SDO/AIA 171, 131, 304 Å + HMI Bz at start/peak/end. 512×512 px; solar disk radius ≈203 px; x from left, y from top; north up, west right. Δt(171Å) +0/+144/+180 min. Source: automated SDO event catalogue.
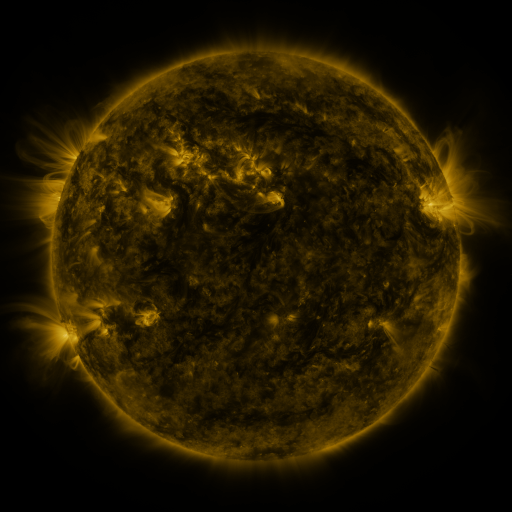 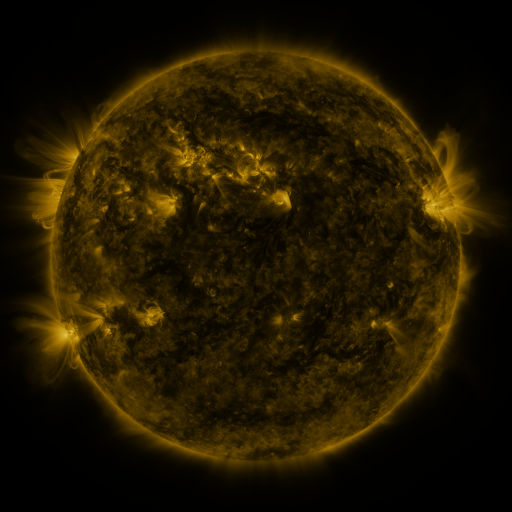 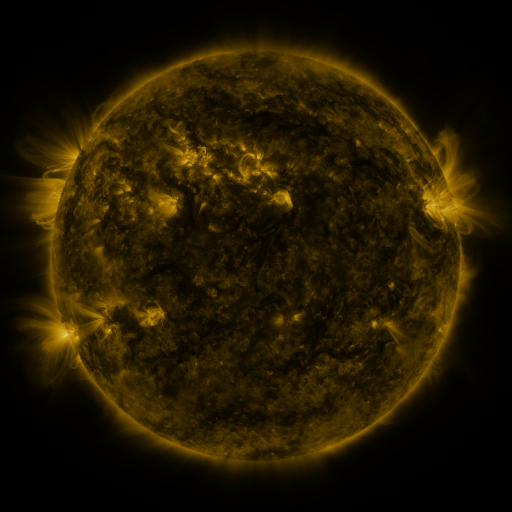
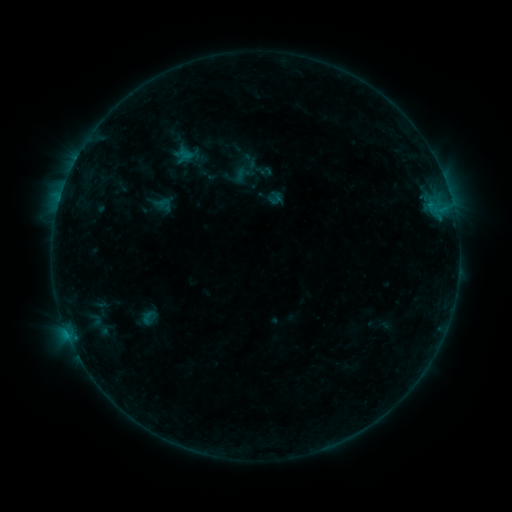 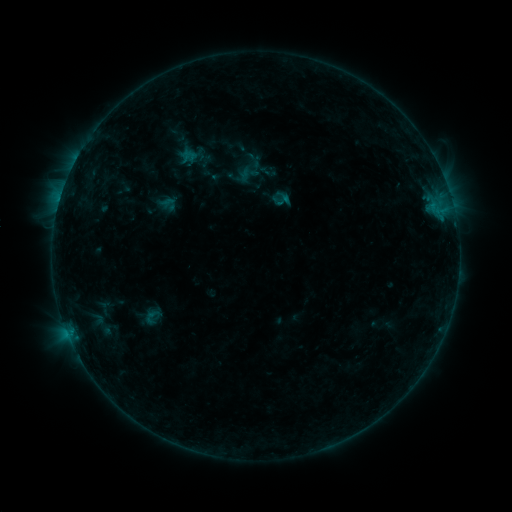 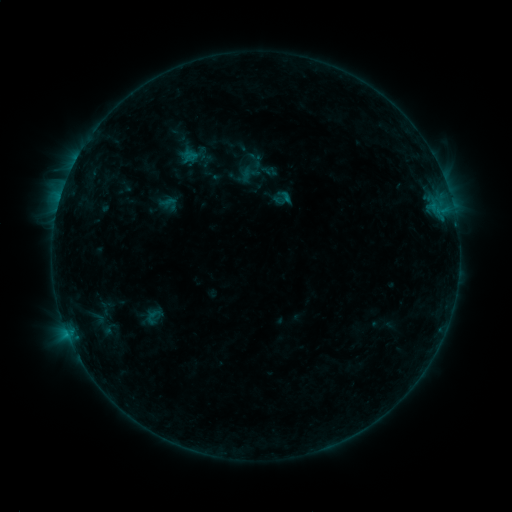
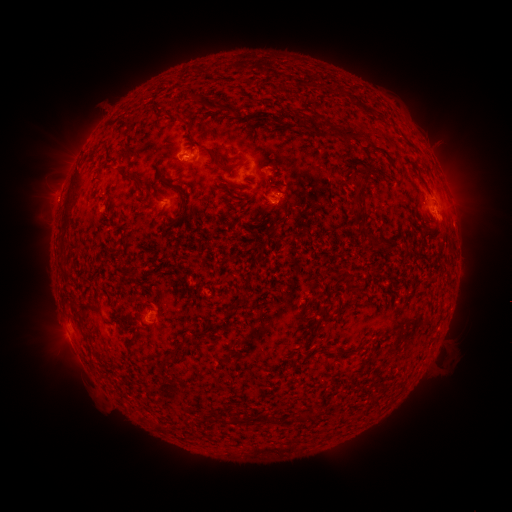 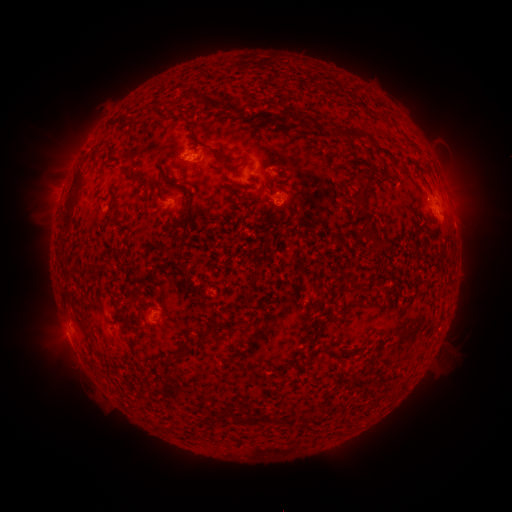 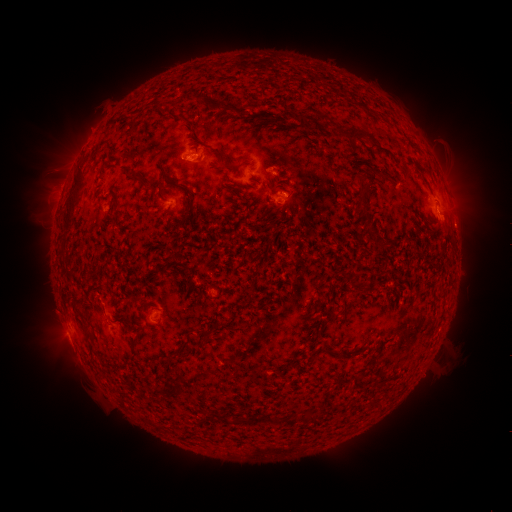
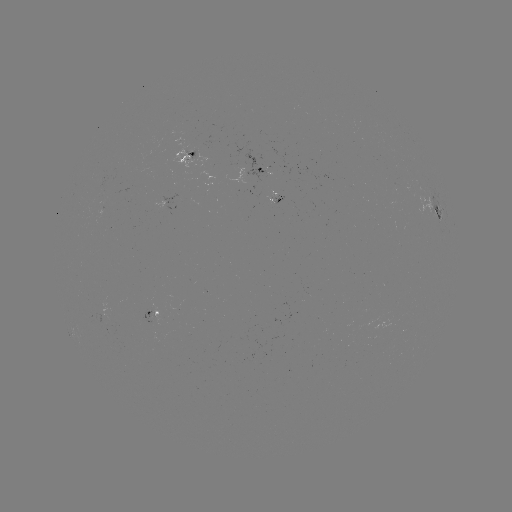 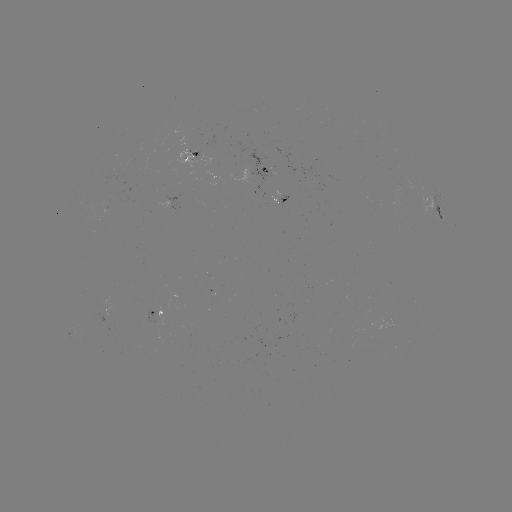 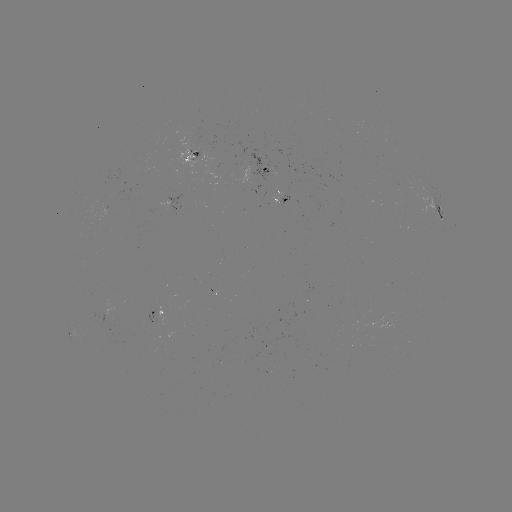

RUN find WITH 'emerging-flux region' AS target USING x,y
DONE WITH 105,210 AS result